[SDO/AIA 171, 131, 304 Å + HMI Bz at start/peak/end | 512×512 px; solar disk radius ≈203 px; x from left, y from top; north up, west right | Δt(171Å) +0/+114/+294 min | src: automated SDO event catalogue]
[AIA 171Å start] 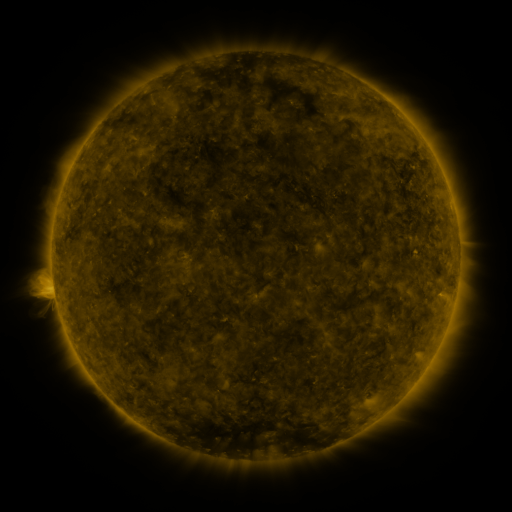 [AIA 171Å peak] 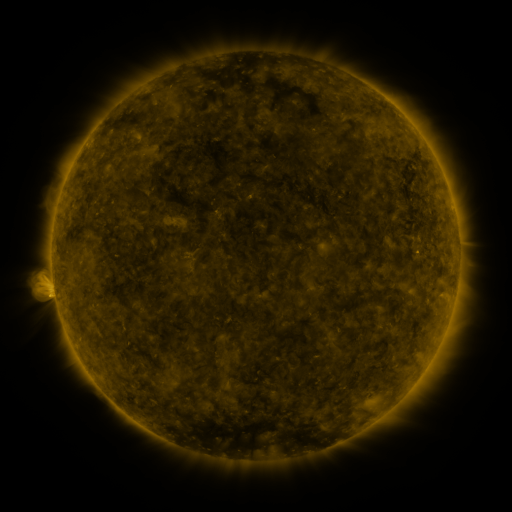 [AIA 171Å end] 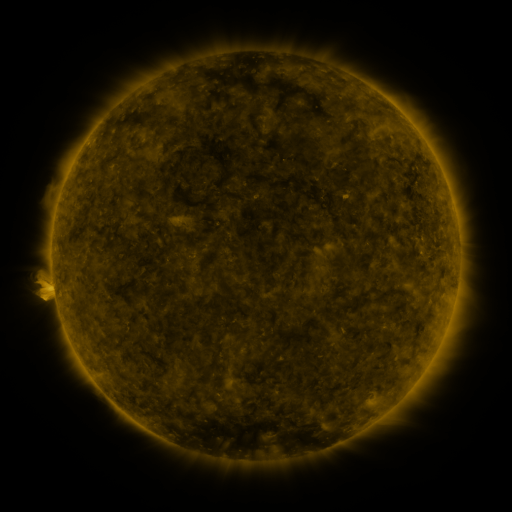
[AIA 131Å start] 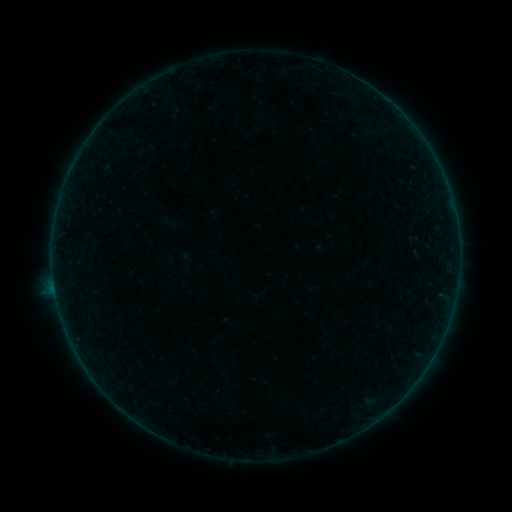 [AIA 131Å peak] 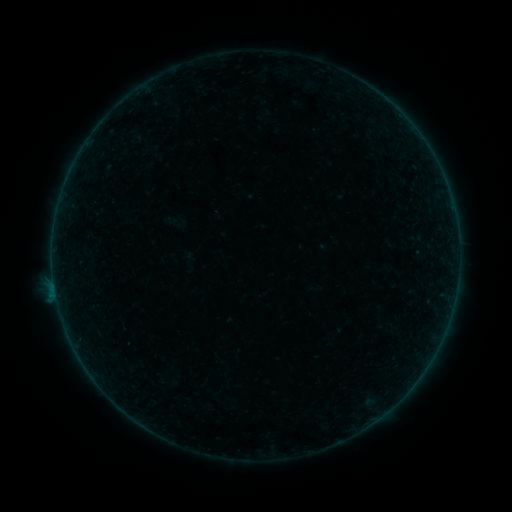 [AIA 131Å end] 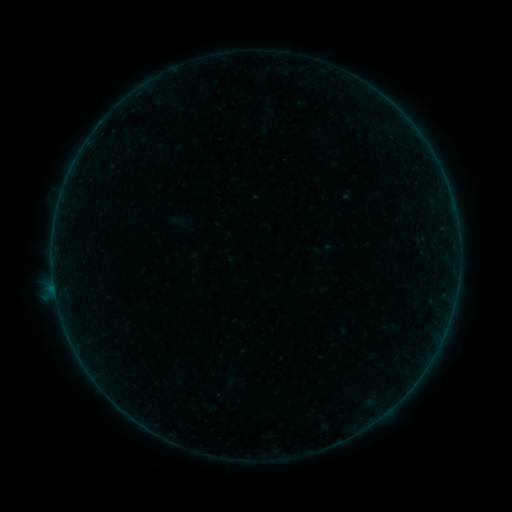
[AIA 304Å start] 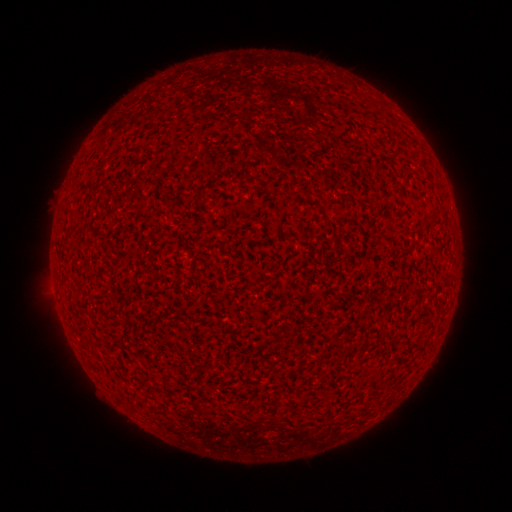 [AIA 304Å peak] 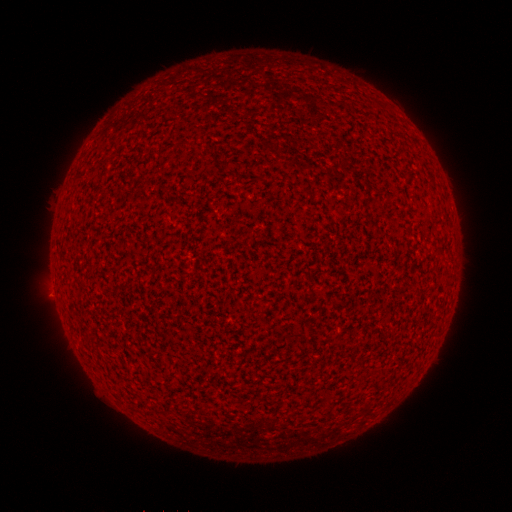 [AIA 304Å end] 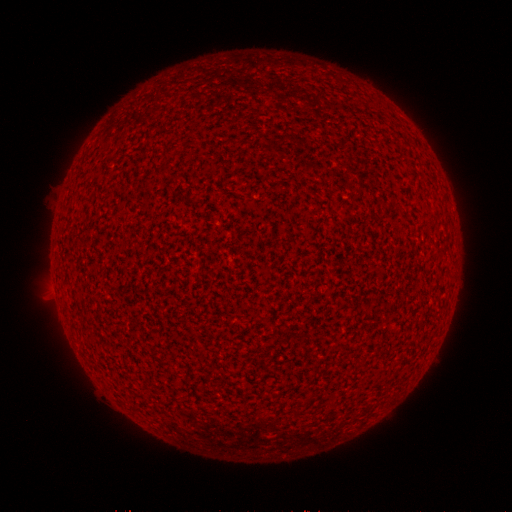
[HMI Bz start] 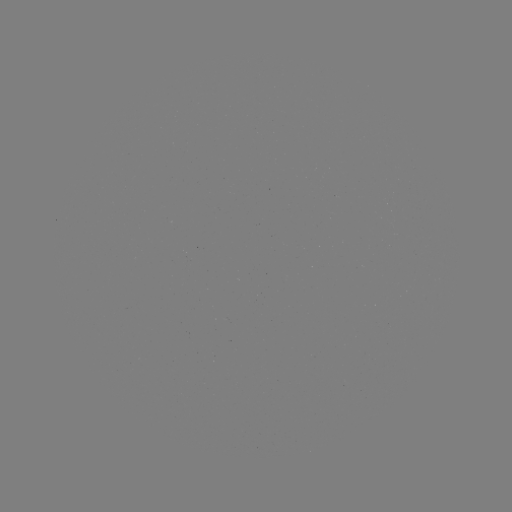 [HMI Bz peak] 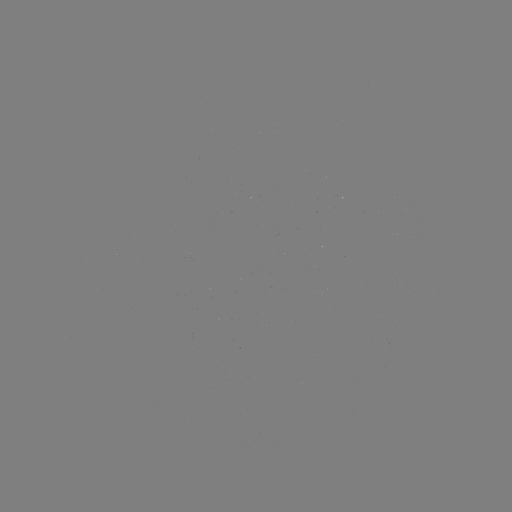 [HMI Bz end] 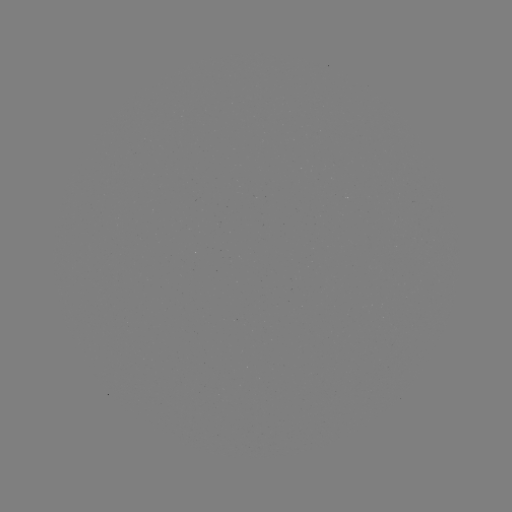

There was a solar flare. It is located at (56, 293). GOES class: A9.4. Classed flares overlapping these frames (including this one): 1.